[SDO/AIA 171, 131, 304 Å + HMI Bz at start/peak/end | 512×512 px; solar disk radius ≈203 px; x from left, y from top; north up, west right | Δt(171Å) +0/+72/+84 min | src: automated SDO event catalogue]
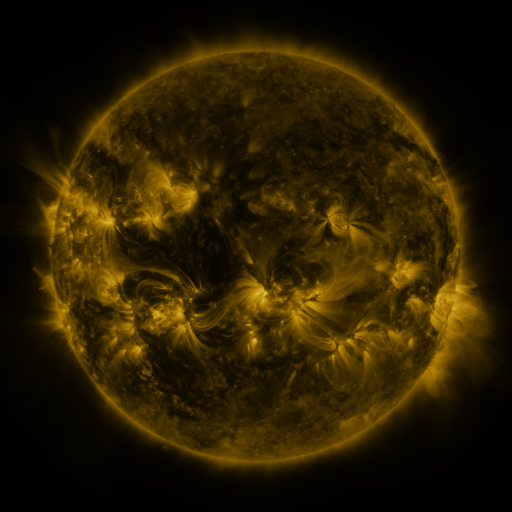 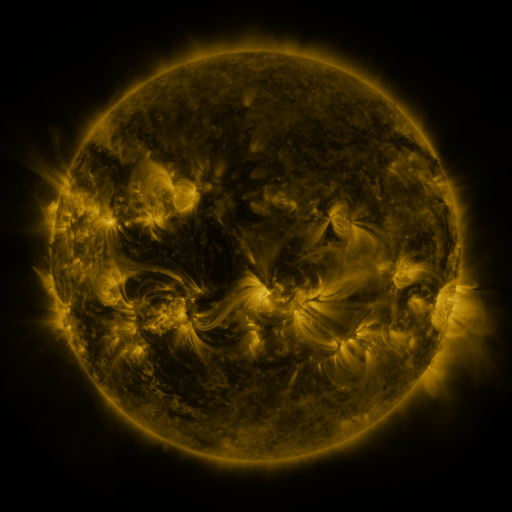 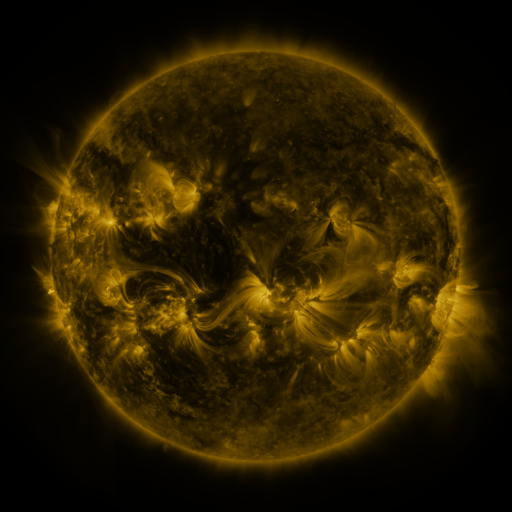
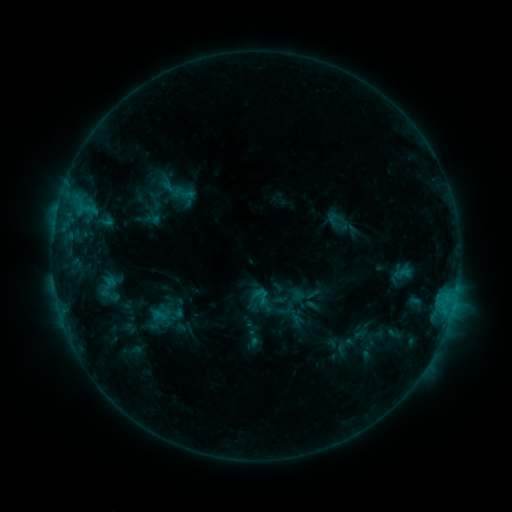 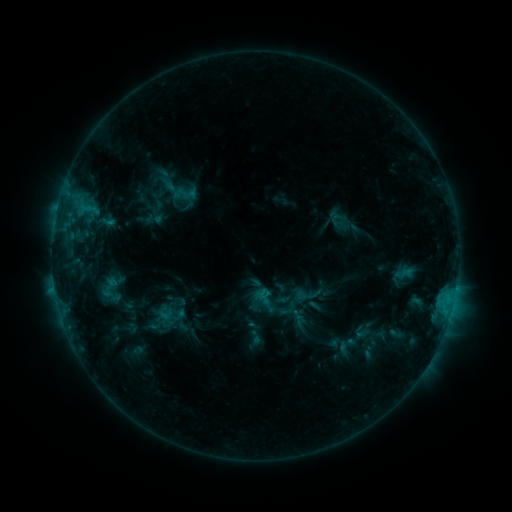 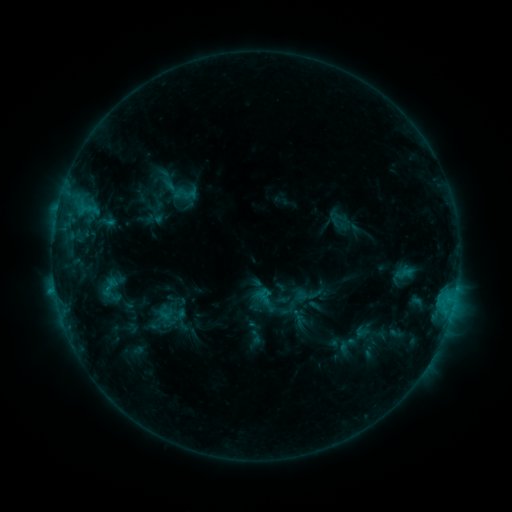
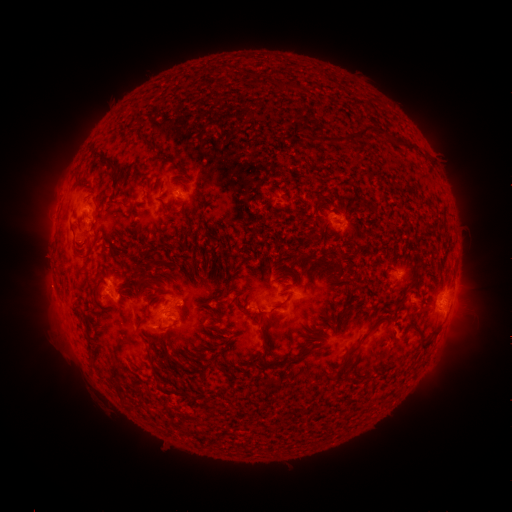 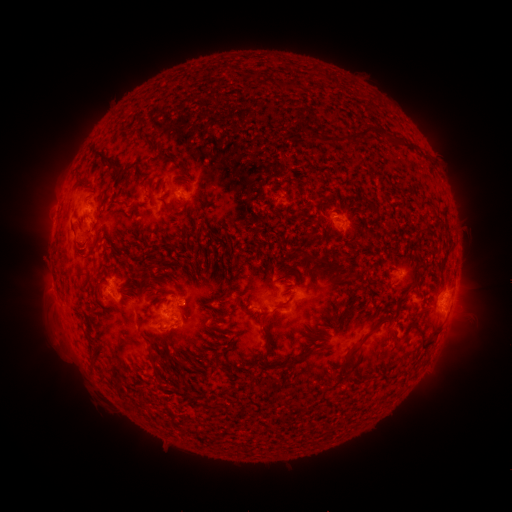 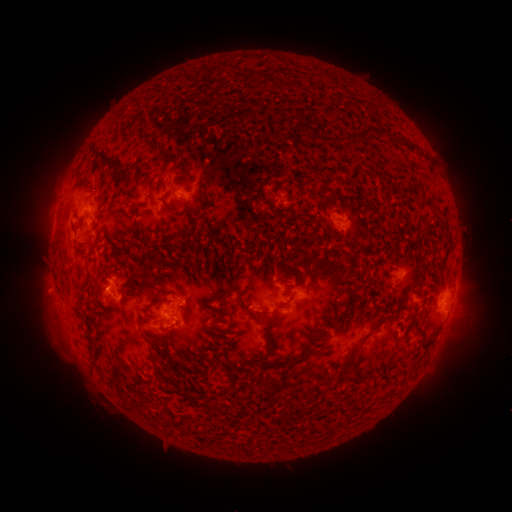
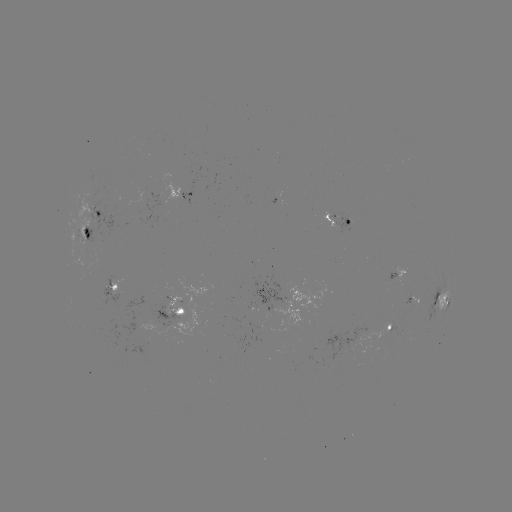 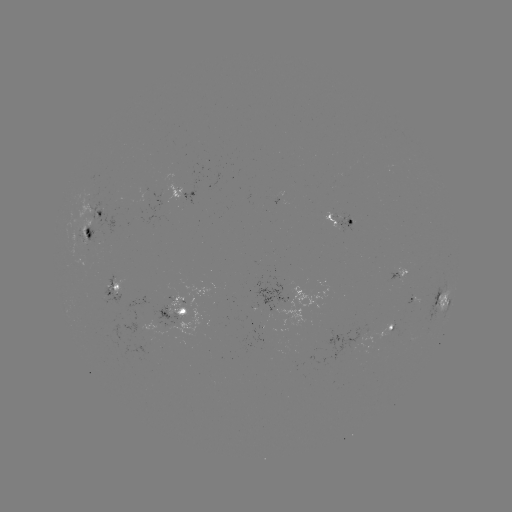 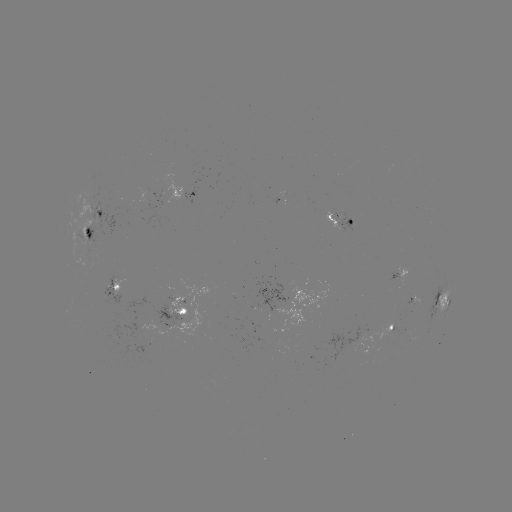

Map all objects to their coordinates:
emerging-flux region: (350, 223)
